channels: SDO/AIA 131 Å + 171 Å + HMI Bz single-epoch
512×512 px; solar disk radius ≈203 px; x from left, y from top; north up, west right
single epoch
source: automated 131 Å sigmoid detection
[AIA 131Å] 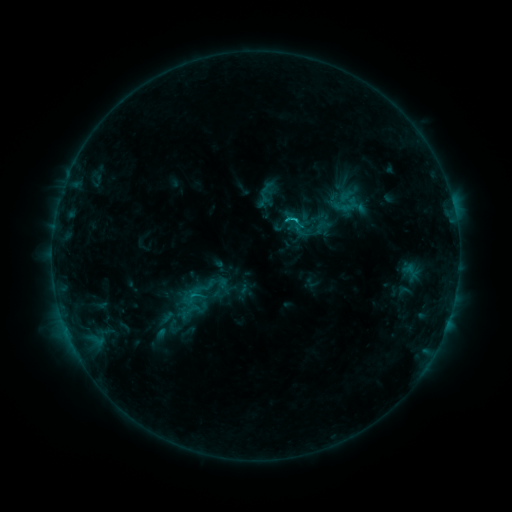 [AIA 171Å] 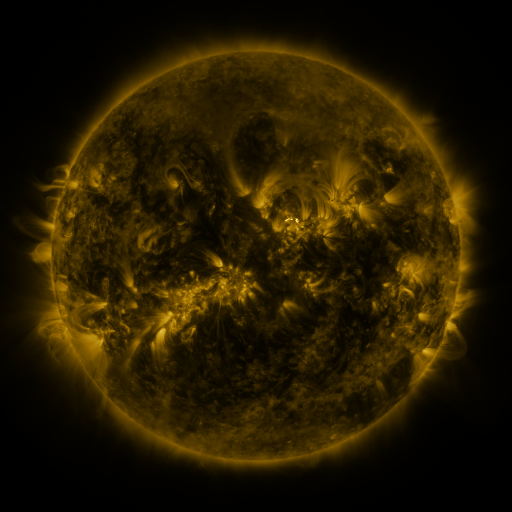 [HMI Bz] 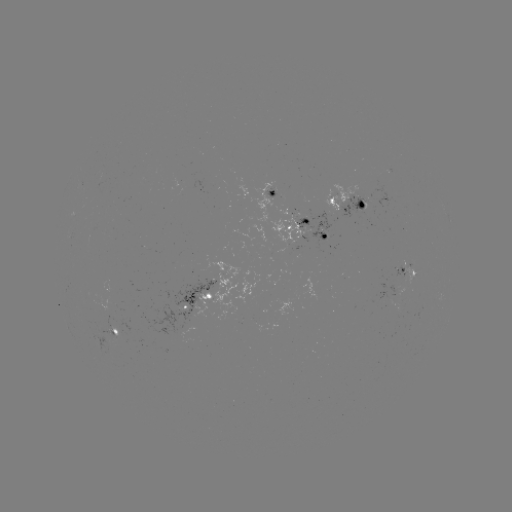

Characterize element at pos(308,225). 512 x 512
sigmoid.